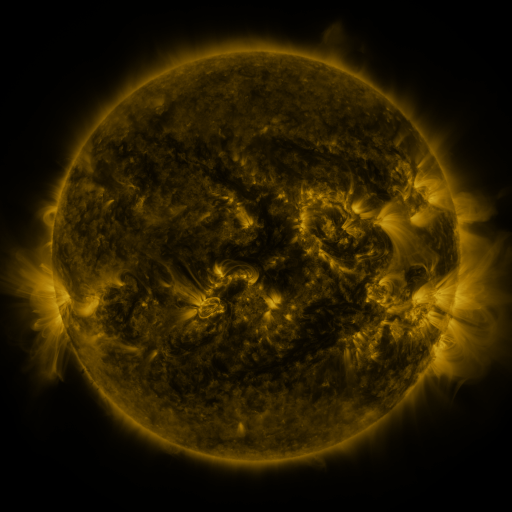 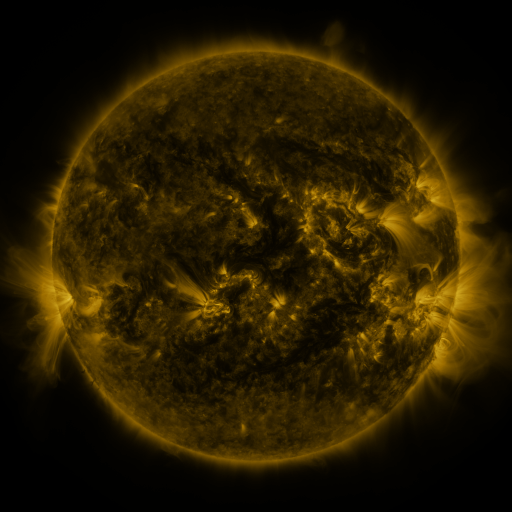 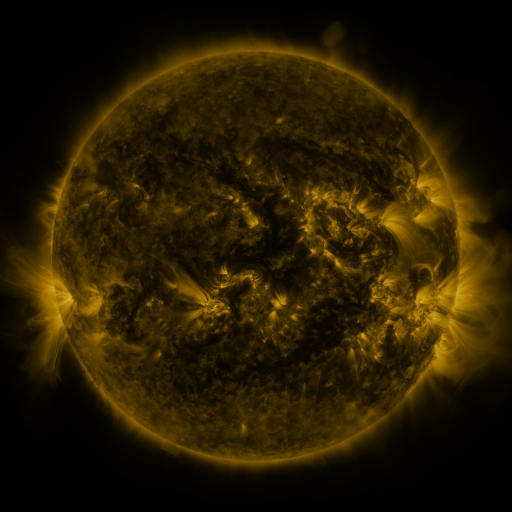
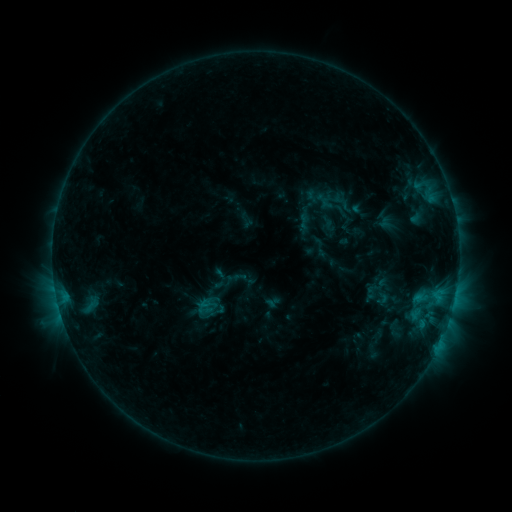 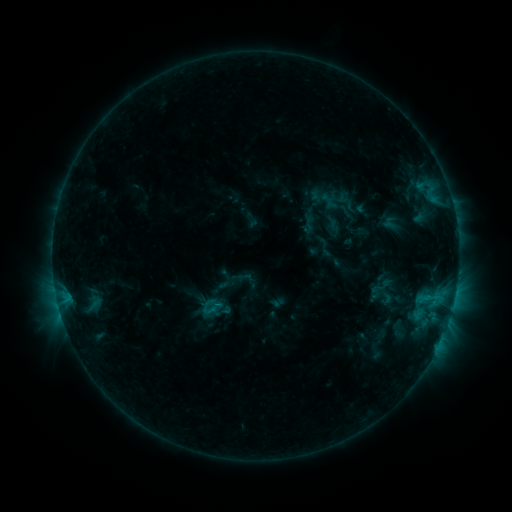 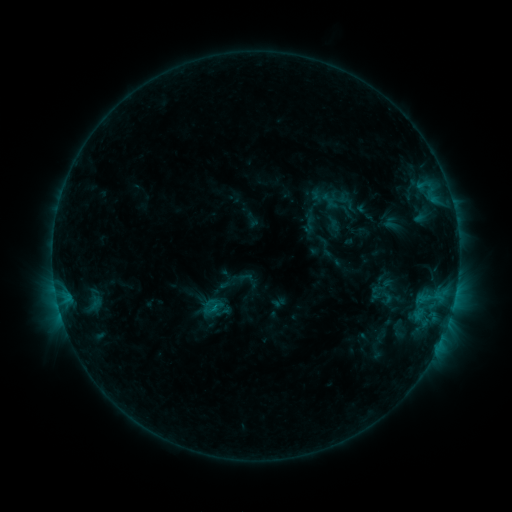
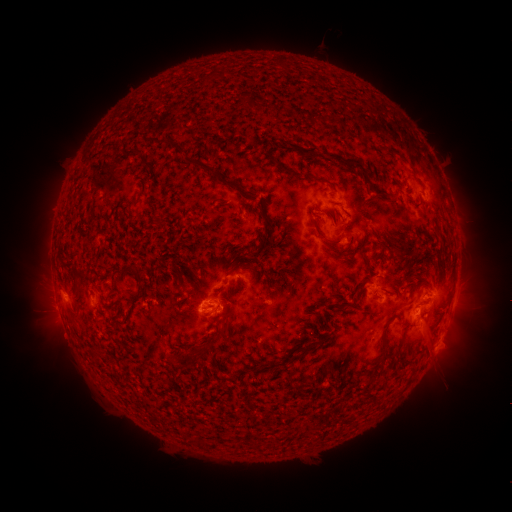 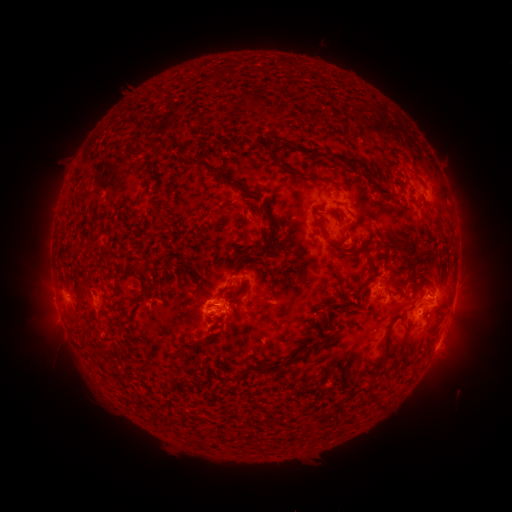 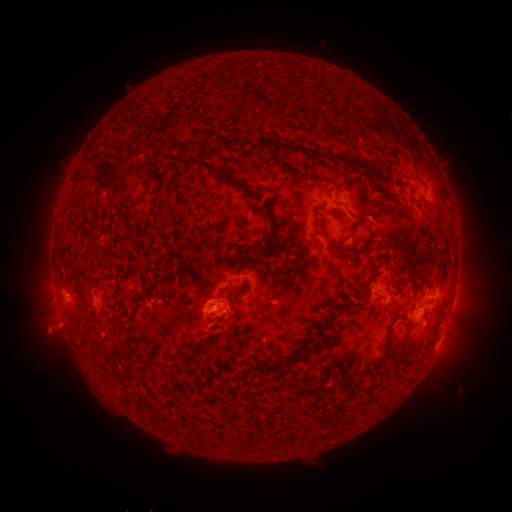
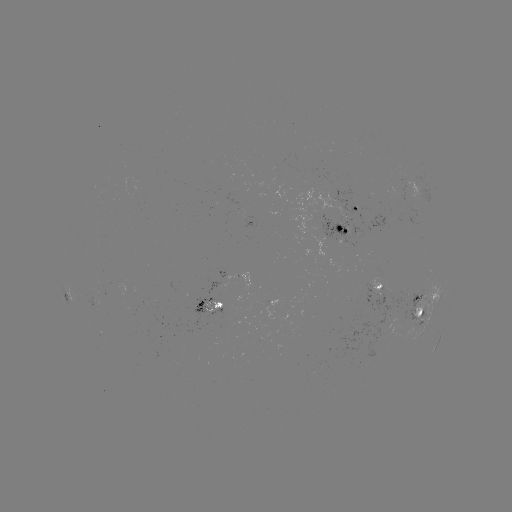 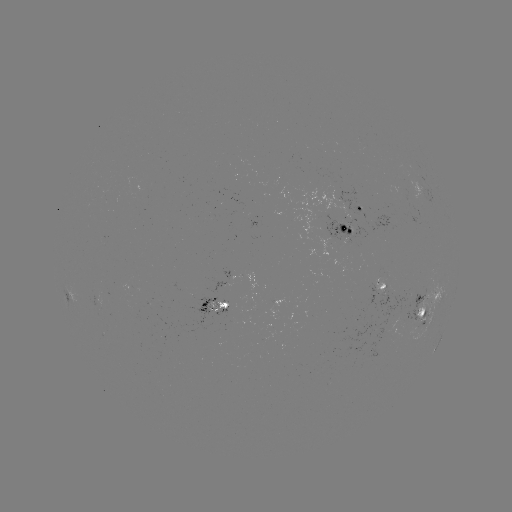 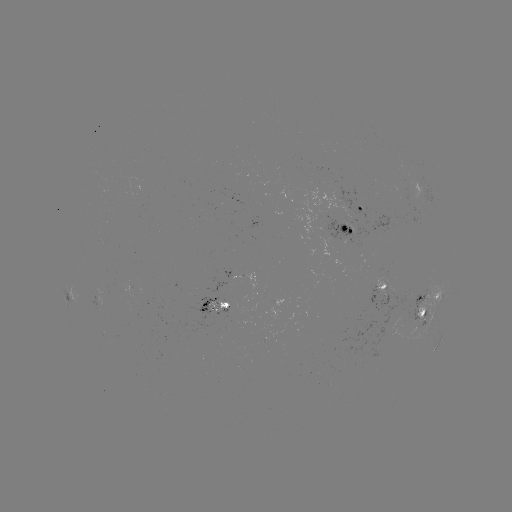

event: emerging-flux region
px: (381, 291)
